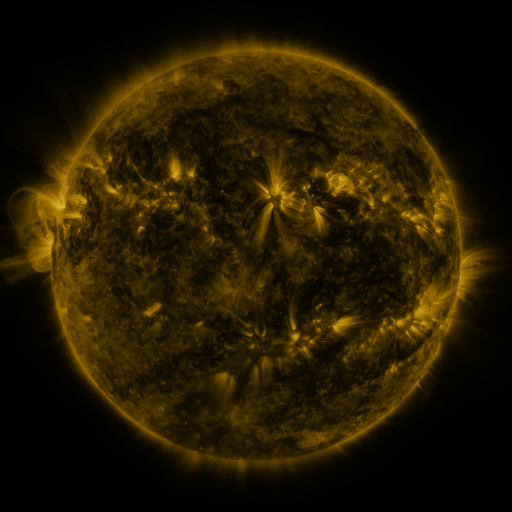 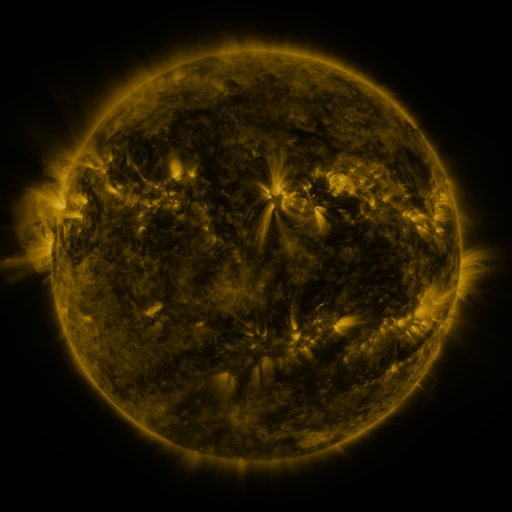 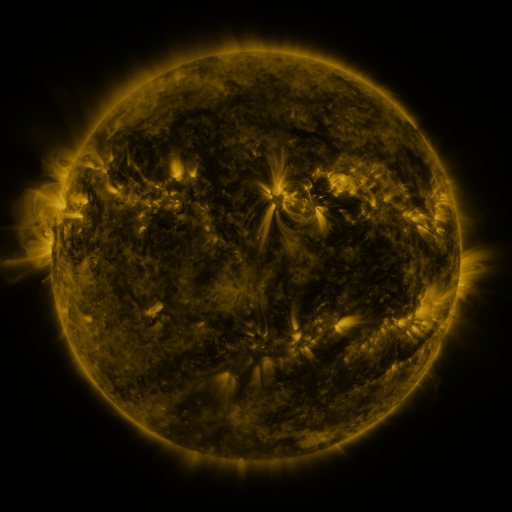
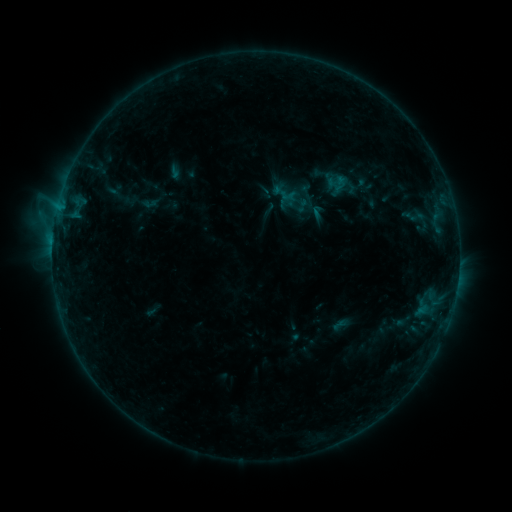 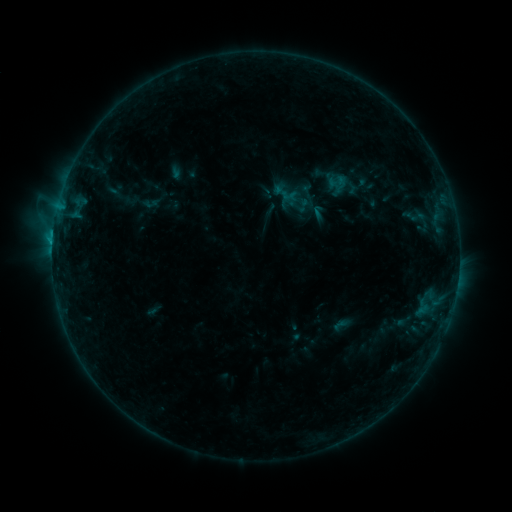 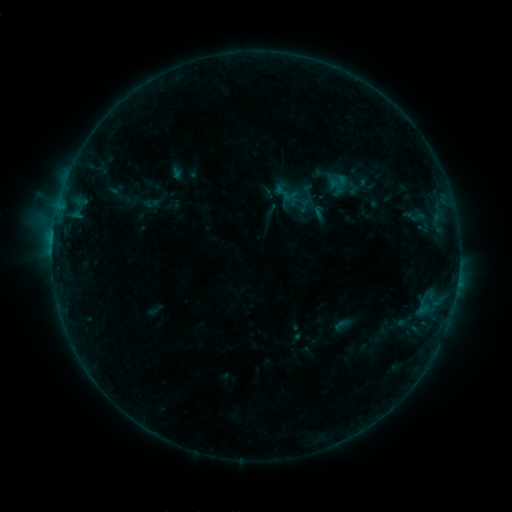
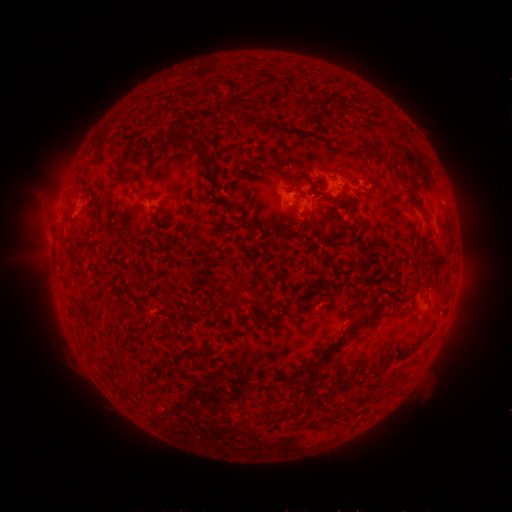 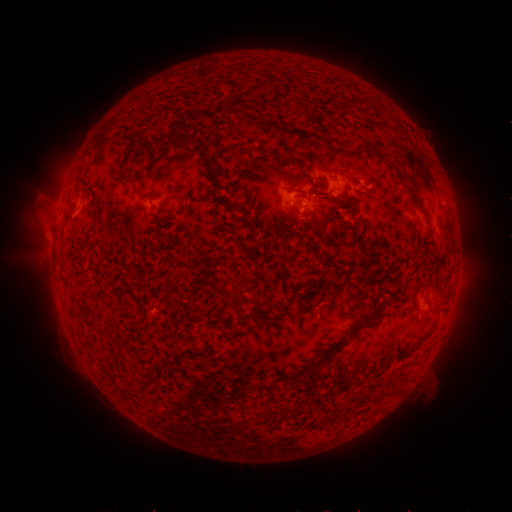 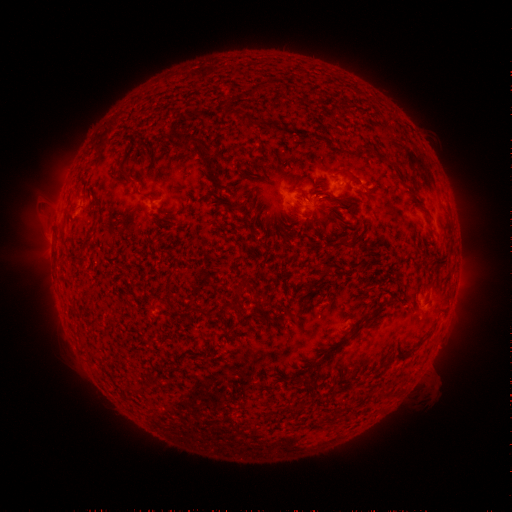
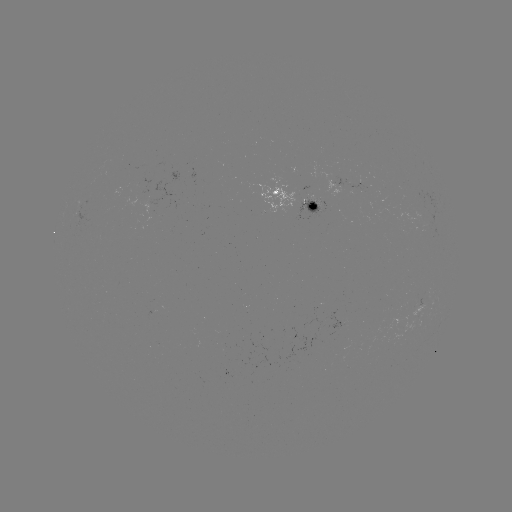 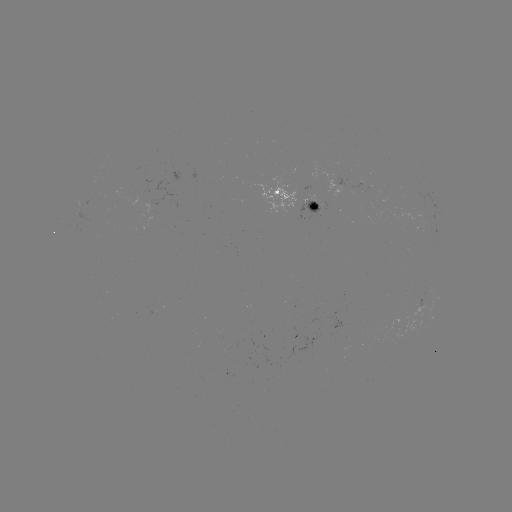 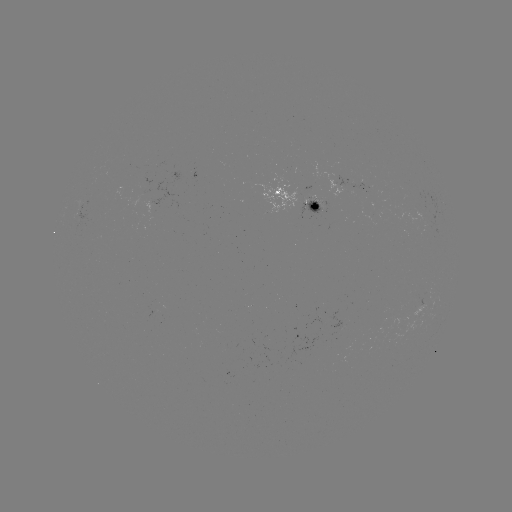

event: flare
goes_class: C1.2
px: (297, 208)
